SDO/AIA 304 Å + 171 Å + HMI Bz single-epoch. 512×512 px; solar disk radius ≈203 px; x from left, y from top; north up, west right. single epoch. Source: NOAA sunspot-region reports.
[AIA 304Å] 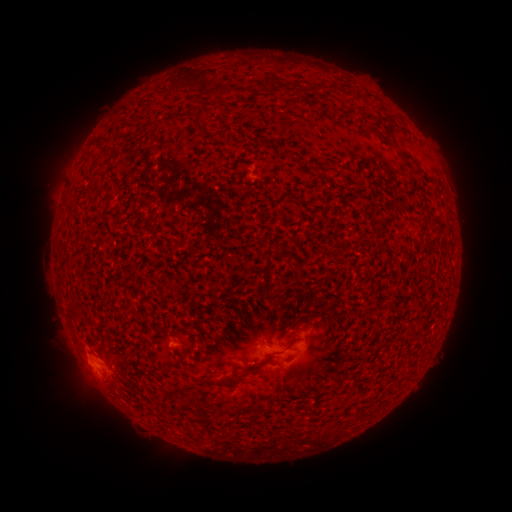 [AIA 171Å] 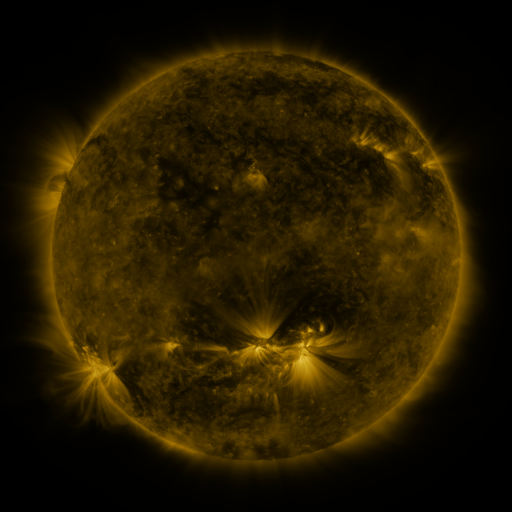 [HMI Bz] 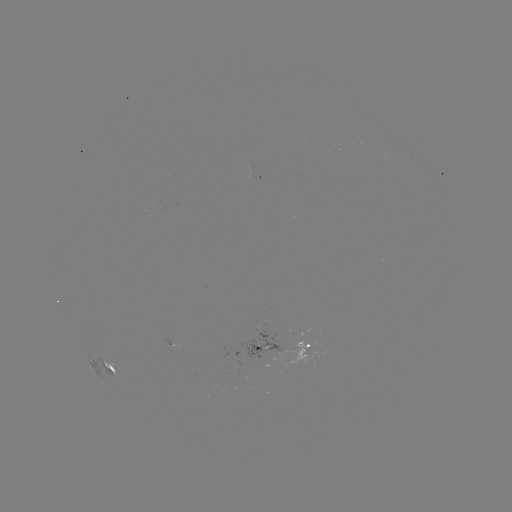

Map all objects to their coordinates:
spotted active region: (282, 348)
spotted active region: (101, 362)
